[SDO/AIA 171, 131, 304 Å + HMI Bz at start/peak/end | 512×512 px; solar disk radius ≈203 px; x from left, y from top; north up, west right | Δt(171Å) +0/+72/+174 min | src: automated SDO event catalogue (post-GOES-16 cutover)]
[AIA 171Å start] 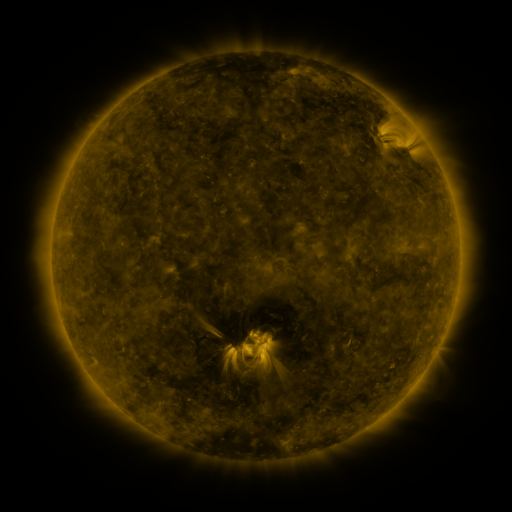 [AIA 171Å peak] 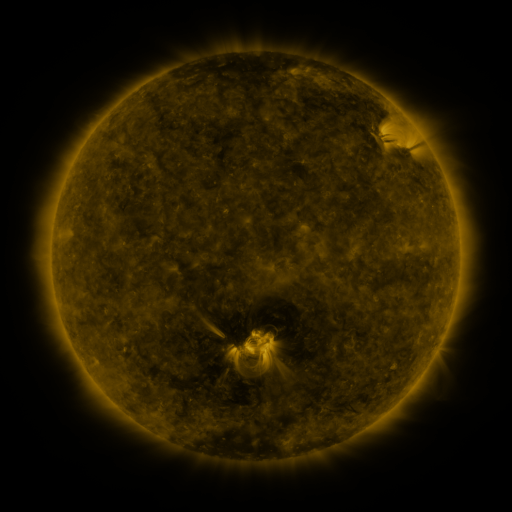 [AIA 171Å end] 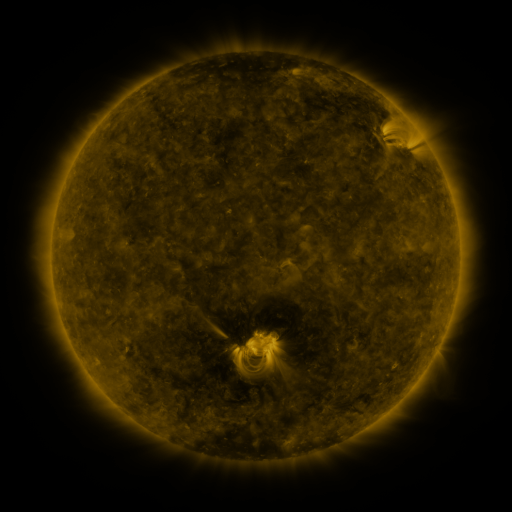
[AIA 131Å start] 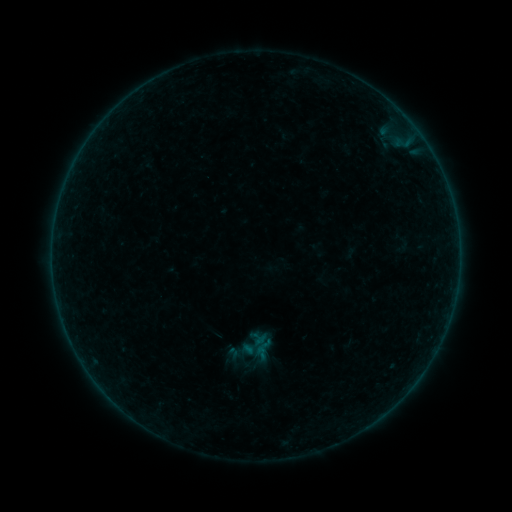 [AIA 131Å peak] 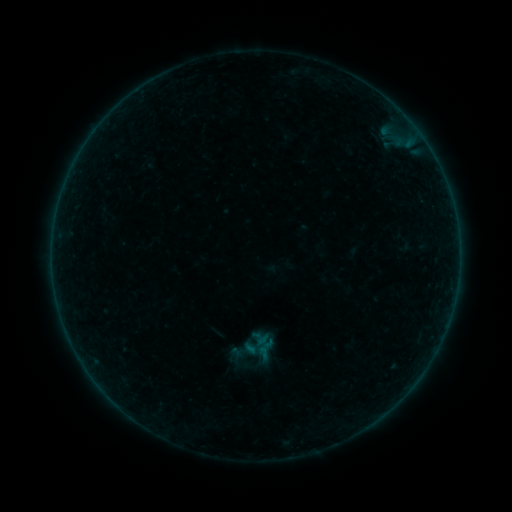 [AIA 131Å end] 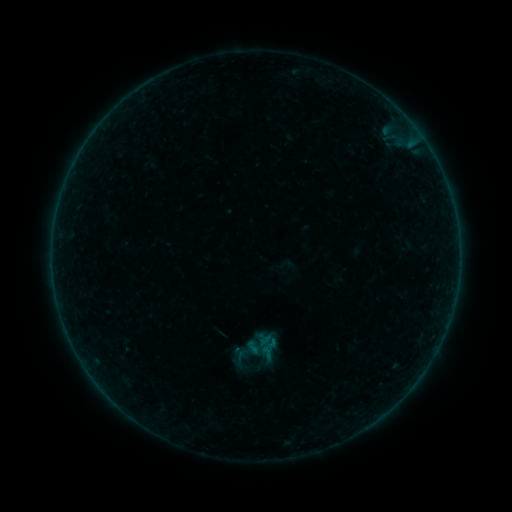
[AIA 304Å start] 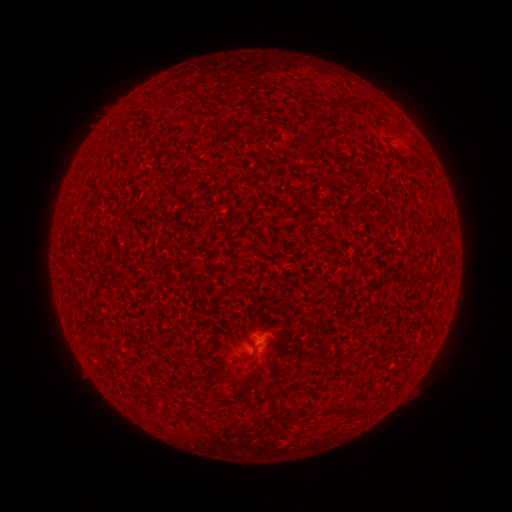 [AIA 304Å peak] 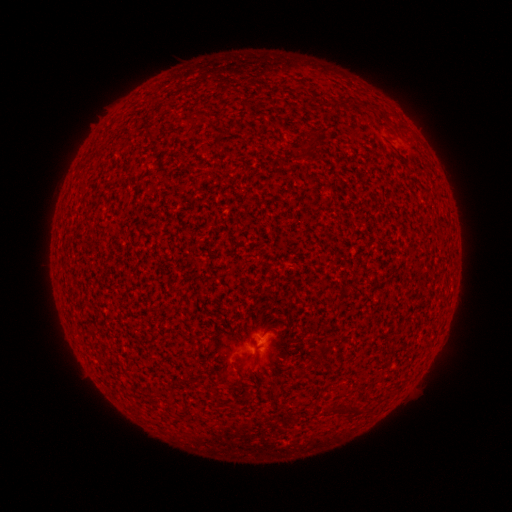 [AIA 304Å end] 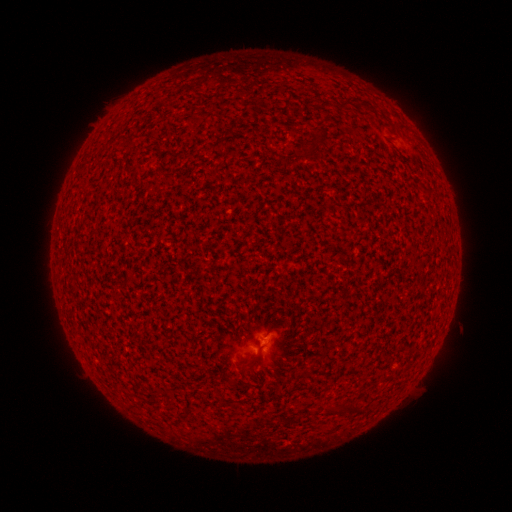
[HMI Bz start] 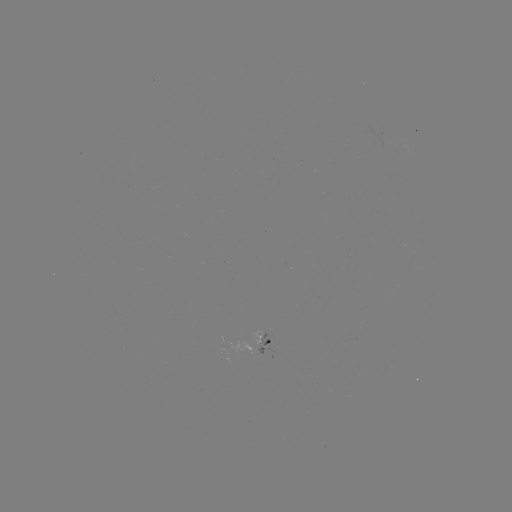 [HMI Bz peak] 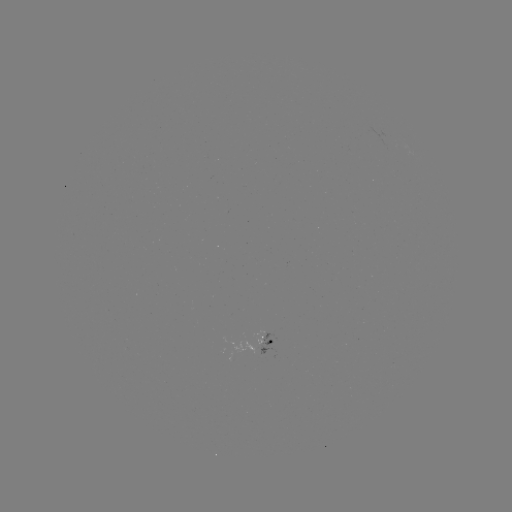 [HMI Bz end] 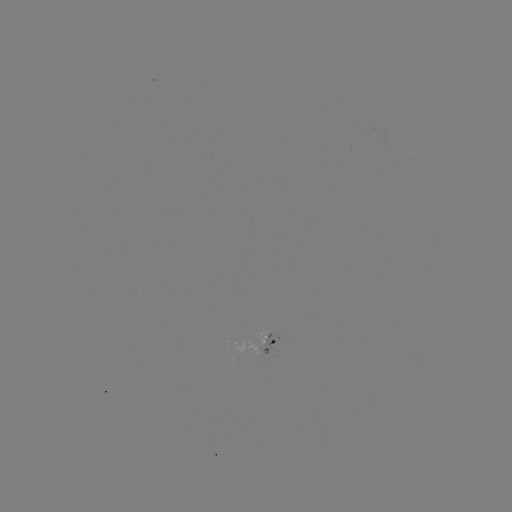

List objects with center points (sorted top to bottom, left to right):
A5.3 flare: (259, 340)
